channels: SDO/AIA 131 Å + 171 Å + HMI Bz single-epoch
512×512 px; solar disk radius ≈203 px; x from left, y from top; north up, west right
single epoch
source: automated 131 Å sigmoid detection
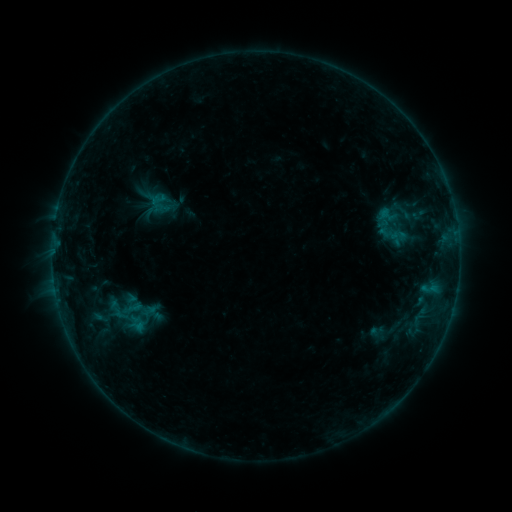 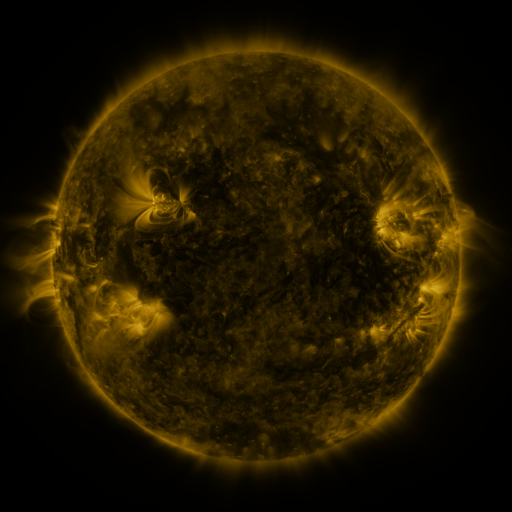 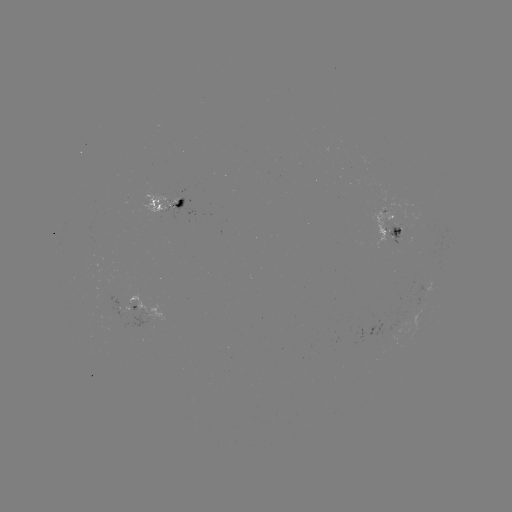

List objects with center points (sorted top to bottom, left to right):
sigmoid: [102, 299, 129, 318]
